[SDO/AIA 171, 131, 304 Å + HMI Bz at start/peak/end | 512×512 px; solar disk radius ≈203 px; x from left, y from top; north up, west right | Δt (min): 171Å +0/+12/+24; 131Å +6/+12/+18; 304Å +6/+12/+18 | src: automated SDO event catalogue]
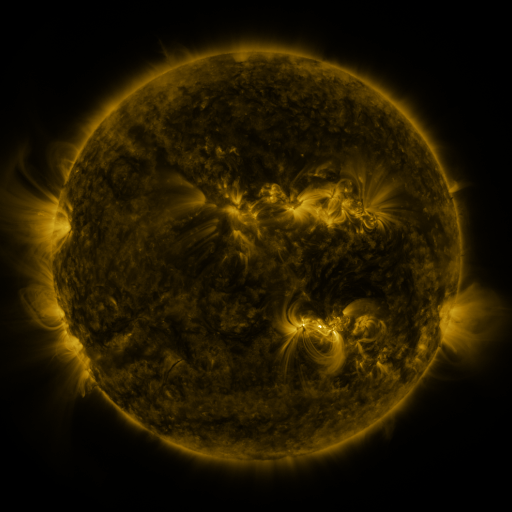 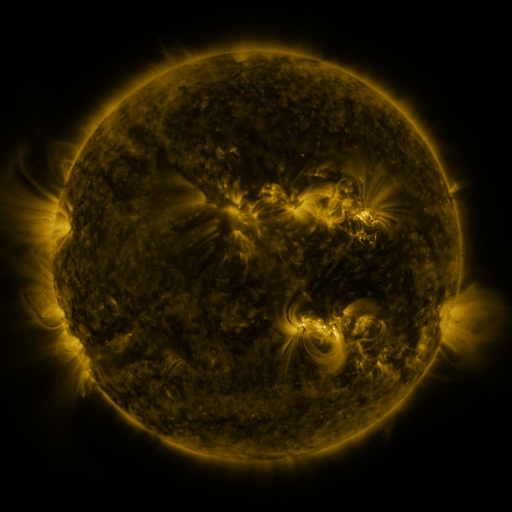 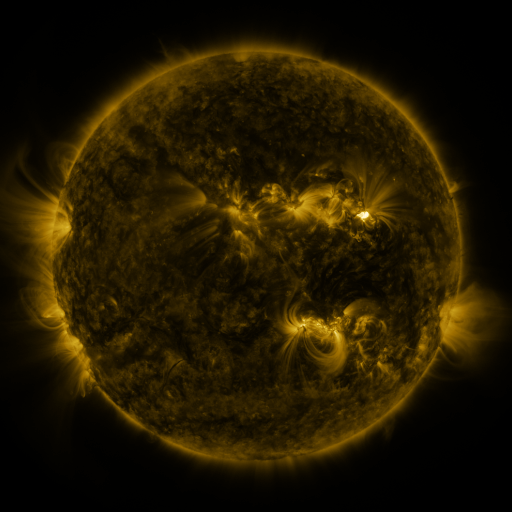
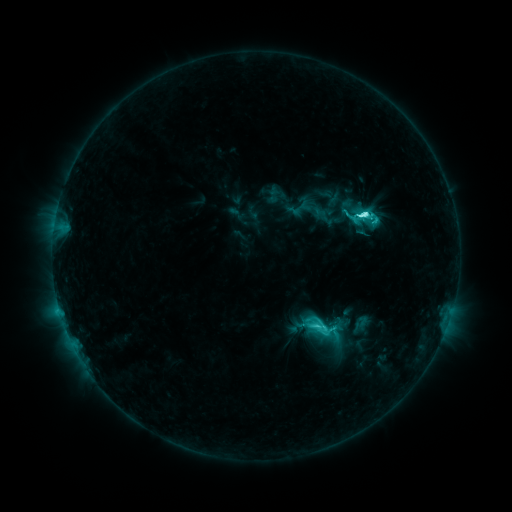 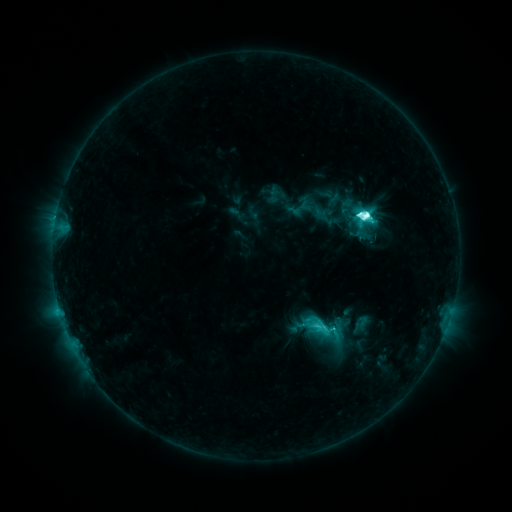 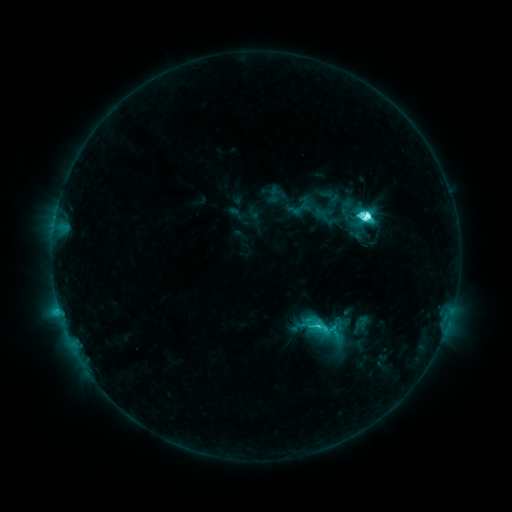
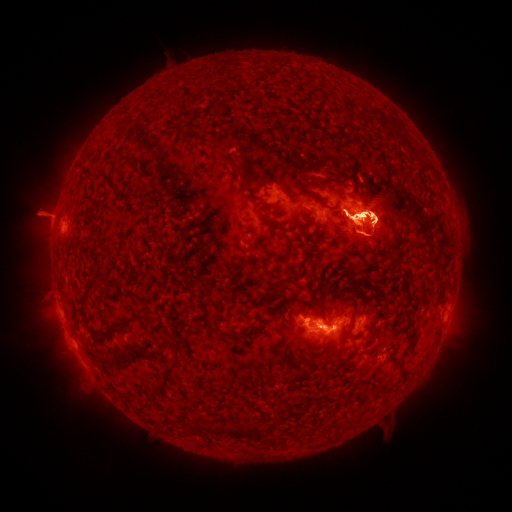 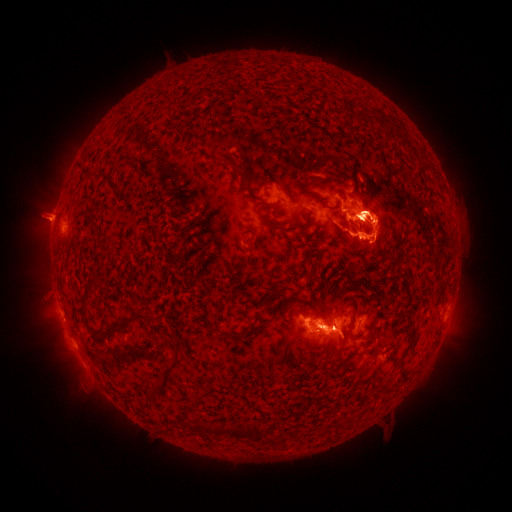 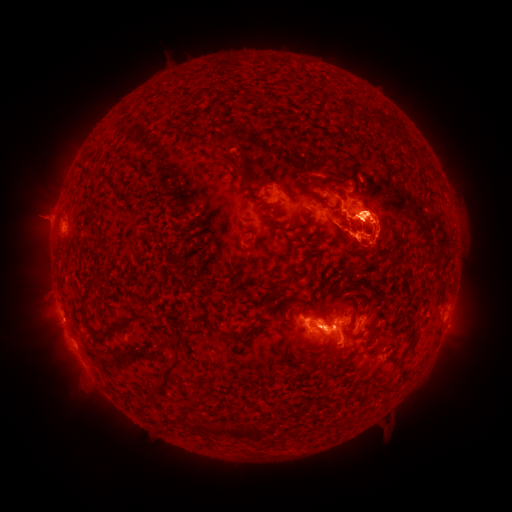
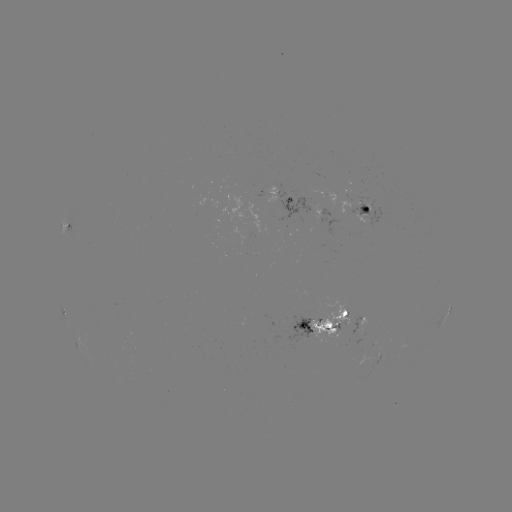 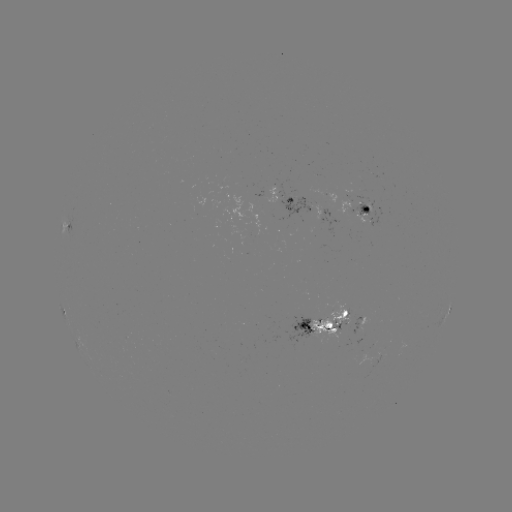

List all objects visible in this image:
eruption: (55, 331)
